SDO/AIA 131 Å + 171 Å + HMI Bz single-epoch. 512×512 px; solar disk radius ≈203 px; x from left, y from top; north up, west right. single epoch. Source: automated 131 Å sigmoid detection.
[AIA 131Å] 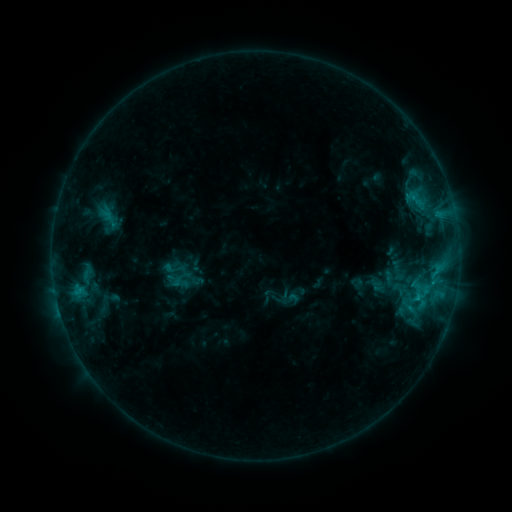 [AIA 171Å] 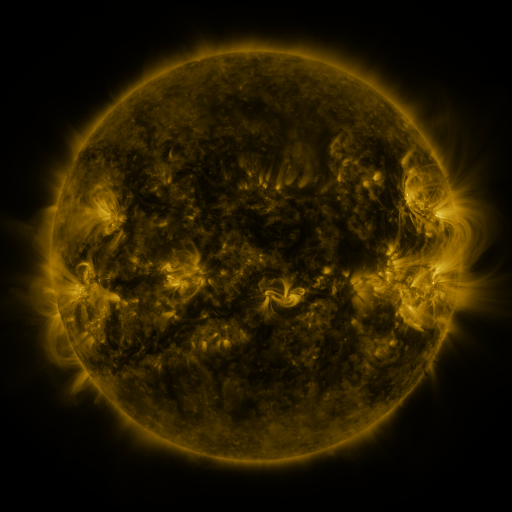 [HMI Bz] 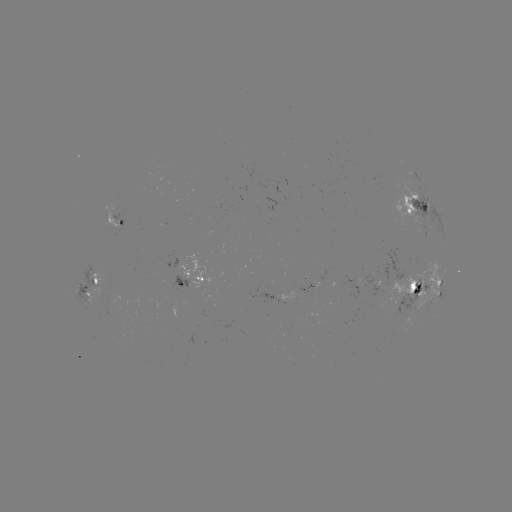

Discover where sigmoid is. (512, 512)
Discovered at (174, 280).